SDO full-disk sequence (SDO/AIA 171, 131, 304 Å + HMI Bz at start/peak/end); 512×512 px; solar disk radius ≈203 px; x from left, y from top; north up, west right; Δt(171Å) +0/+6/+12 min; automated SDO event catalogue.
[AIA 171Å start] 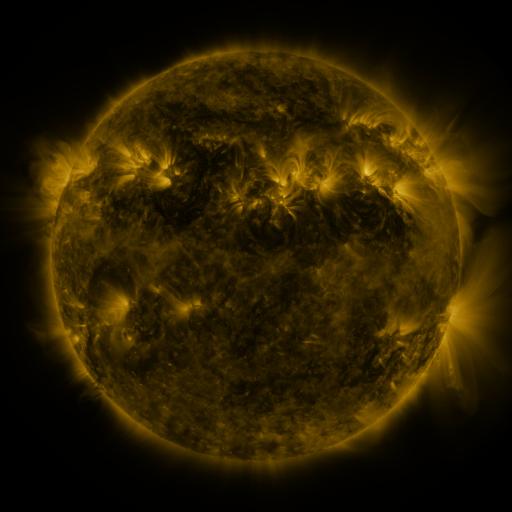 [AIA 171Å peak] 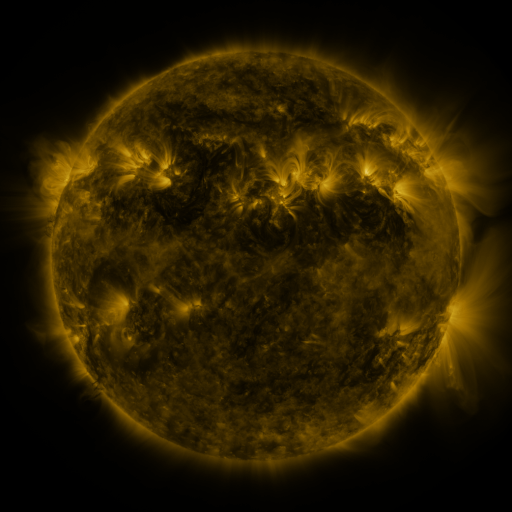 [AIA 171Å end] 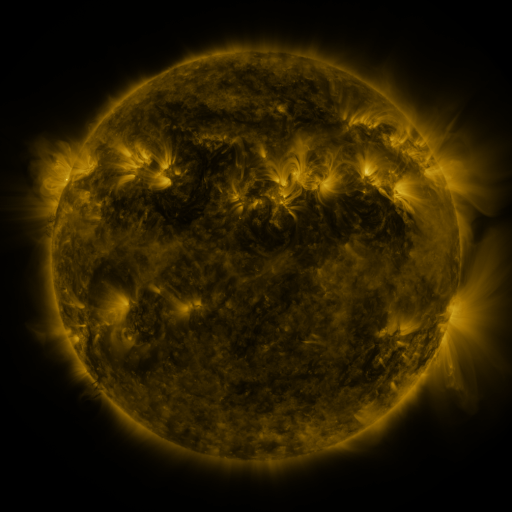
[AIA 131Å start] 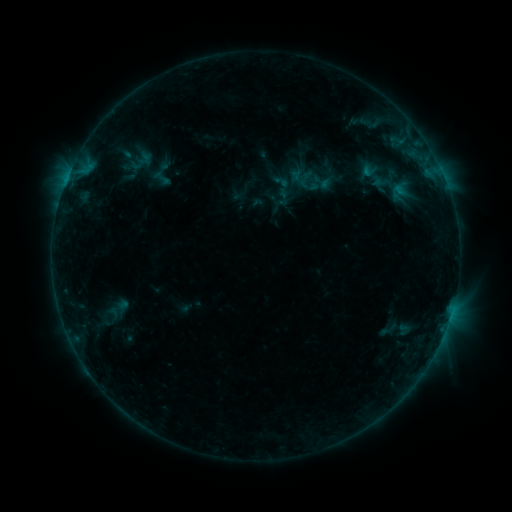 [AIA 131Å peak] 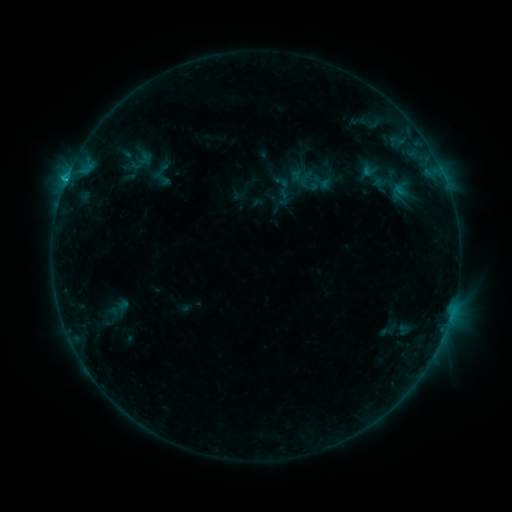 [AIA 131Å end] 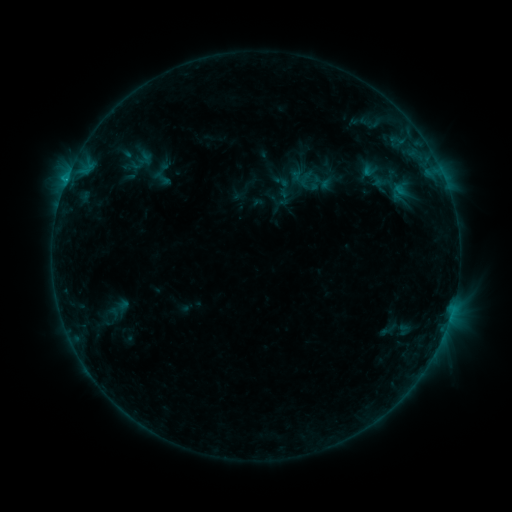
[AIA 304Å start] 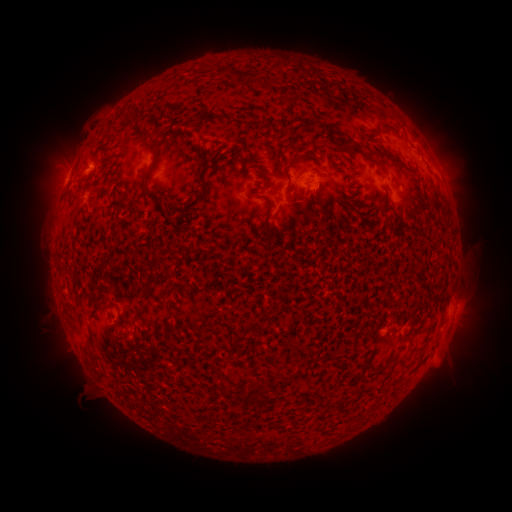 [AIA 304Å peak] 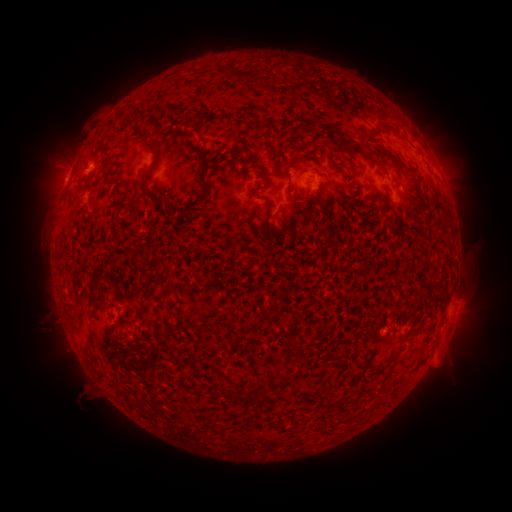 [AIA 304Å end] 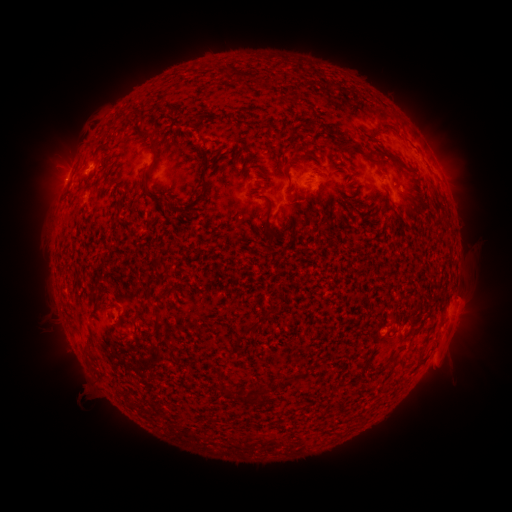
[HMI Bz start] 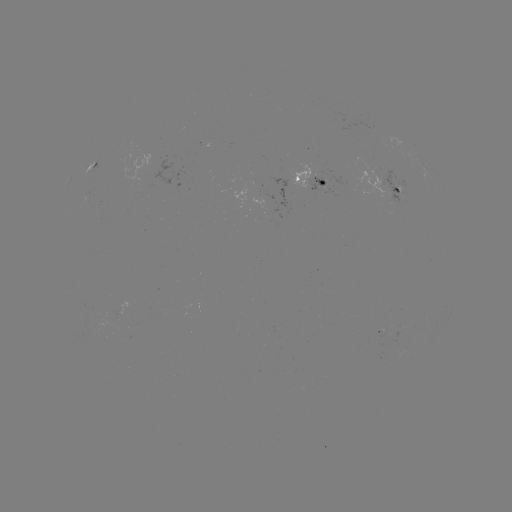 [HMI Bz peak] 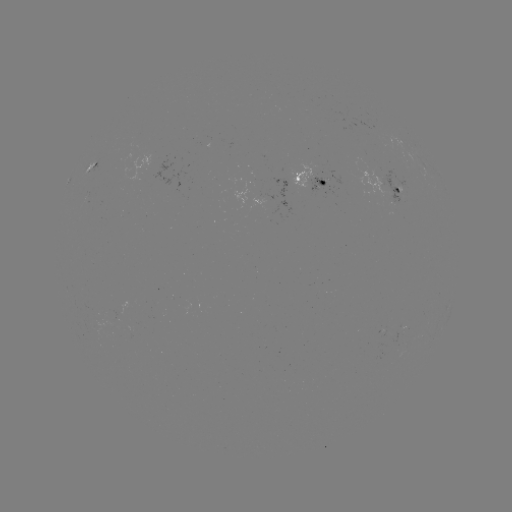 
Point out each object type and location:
B7.4 flare: (66, 182)
